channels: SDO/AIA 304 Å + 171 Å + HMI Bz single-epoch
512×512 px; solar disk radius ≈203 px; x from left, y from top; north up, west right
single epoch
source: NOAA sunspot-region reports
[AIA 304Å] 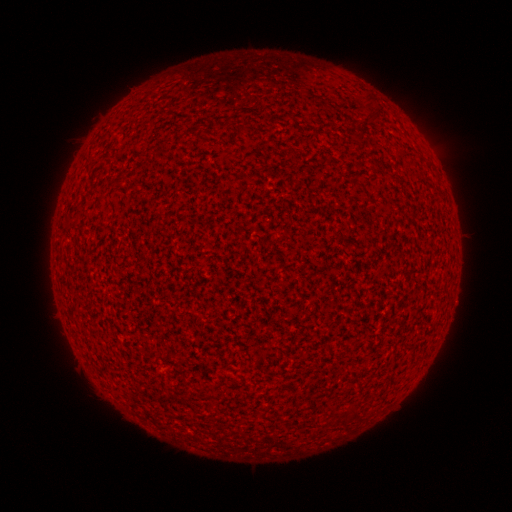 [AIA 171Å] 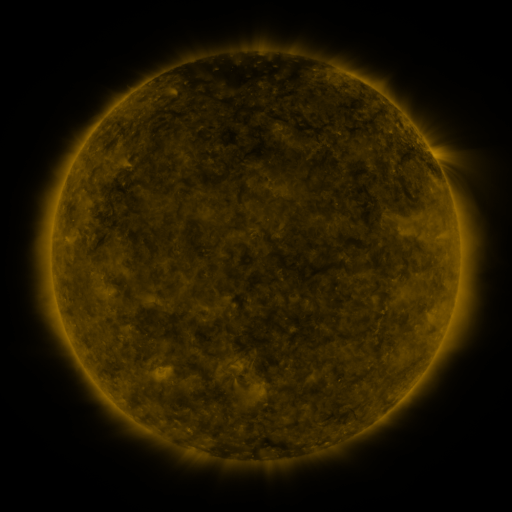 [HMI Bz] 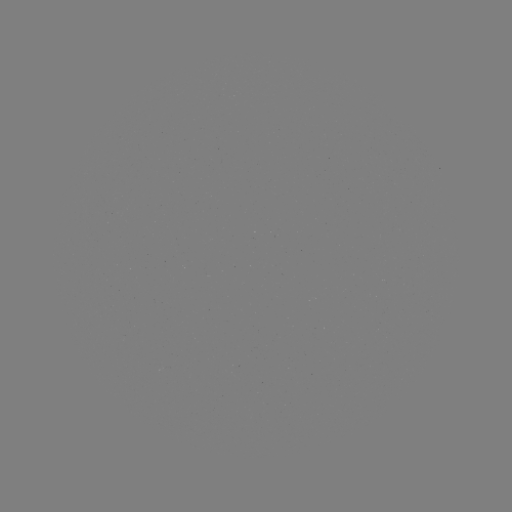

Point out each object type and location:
(none)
